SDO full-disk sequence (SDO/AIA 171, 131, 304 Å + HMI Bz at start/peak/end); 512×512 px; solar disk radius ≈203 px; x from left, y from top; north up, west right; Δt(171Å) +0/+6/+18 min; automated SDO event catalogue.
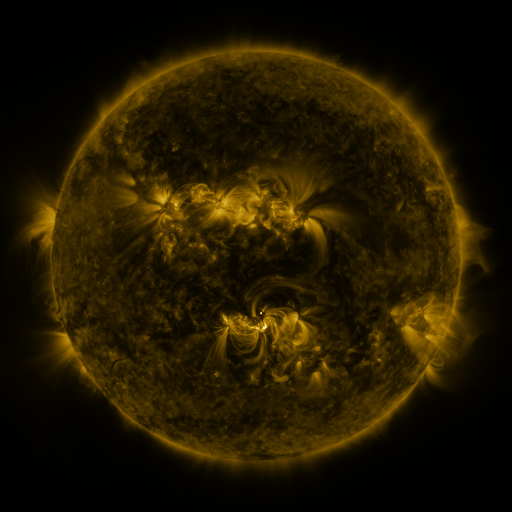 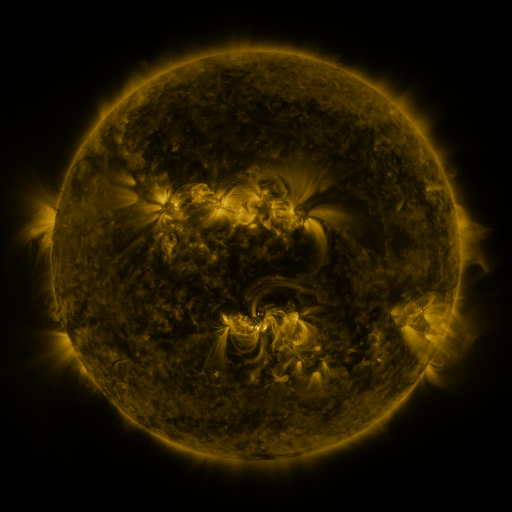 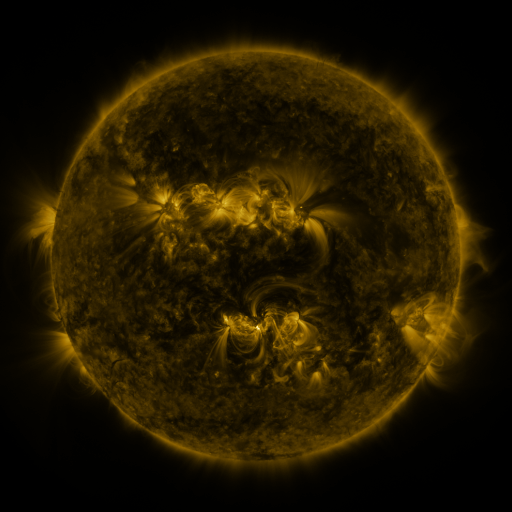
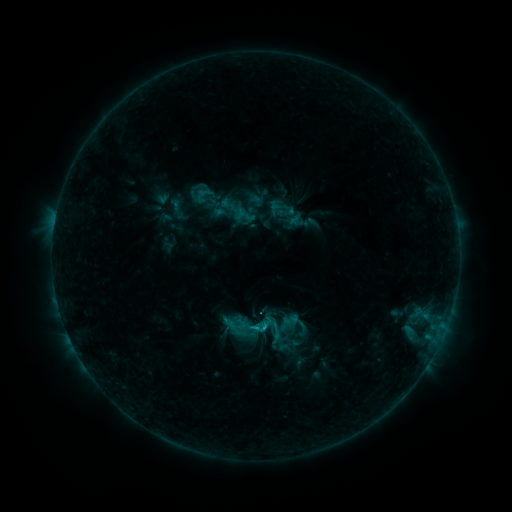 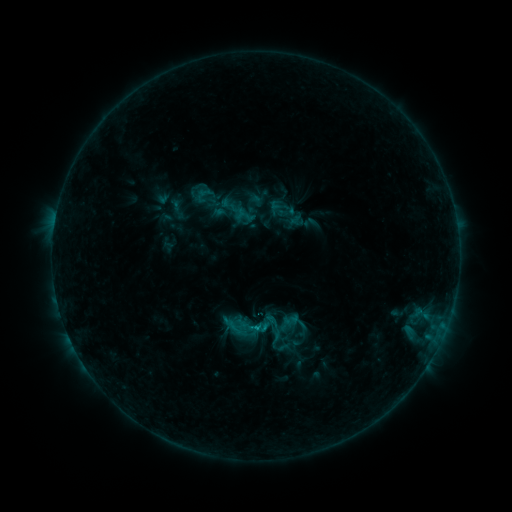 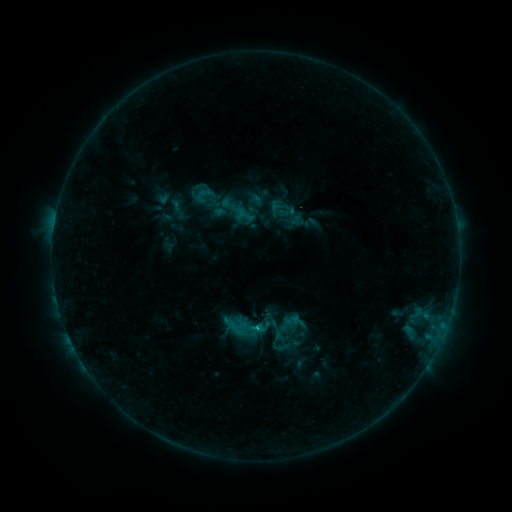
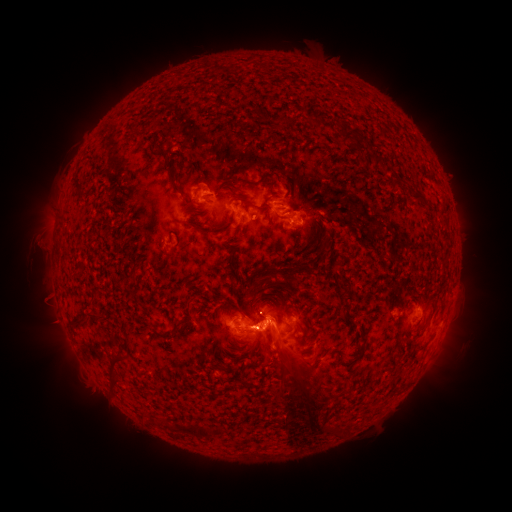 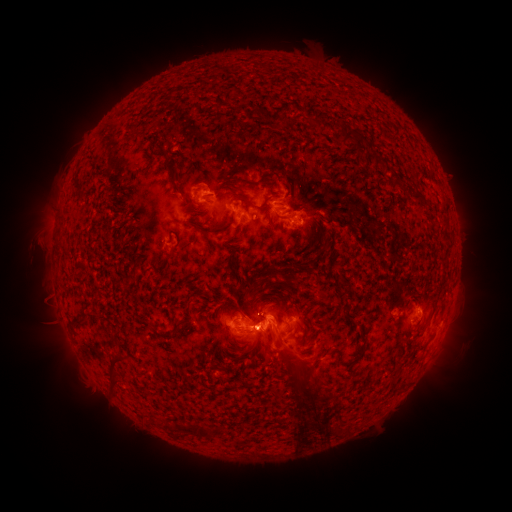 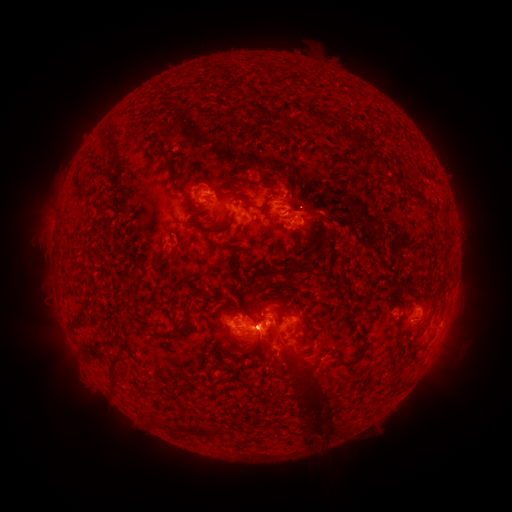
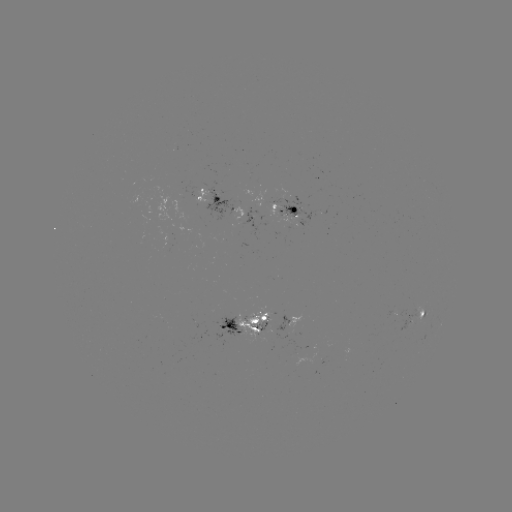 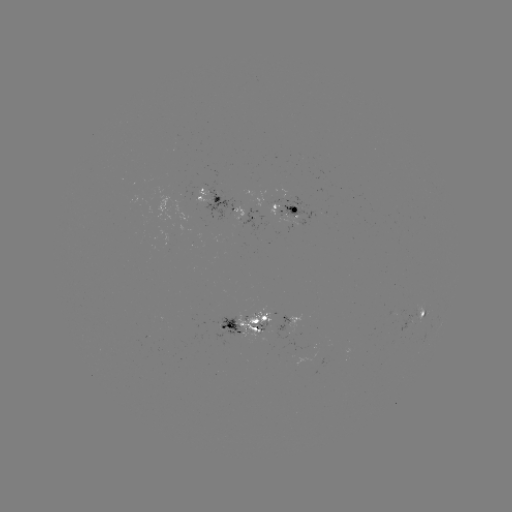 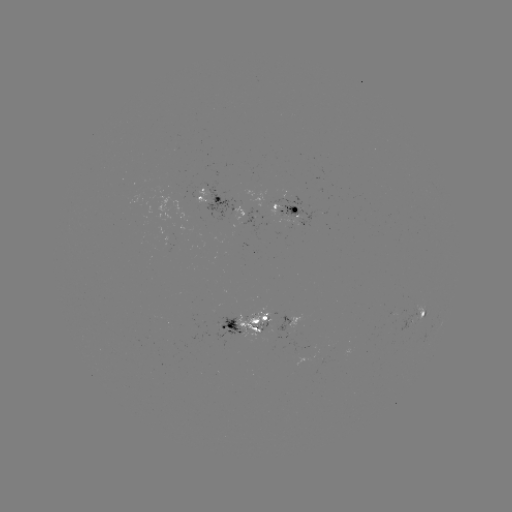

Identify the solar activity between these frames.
eruption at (318, 429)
